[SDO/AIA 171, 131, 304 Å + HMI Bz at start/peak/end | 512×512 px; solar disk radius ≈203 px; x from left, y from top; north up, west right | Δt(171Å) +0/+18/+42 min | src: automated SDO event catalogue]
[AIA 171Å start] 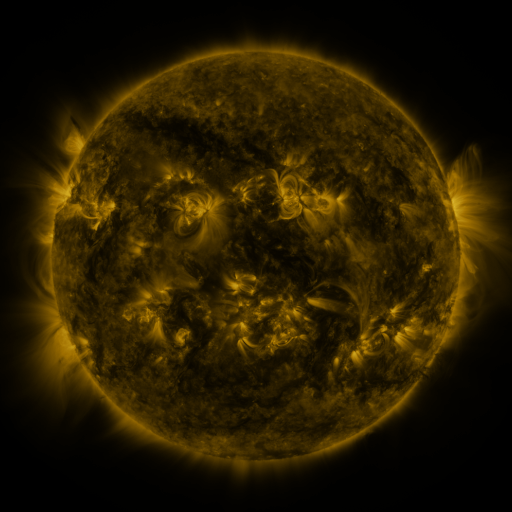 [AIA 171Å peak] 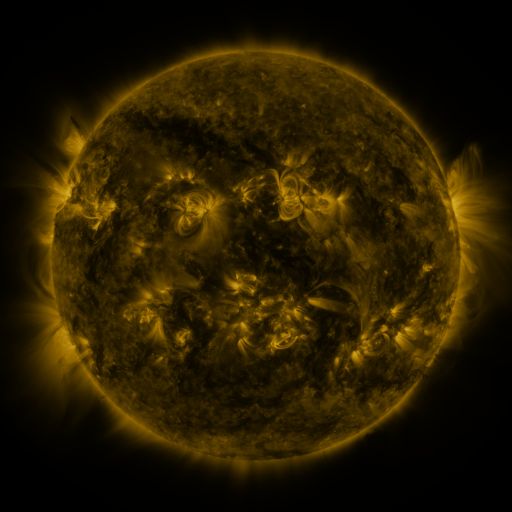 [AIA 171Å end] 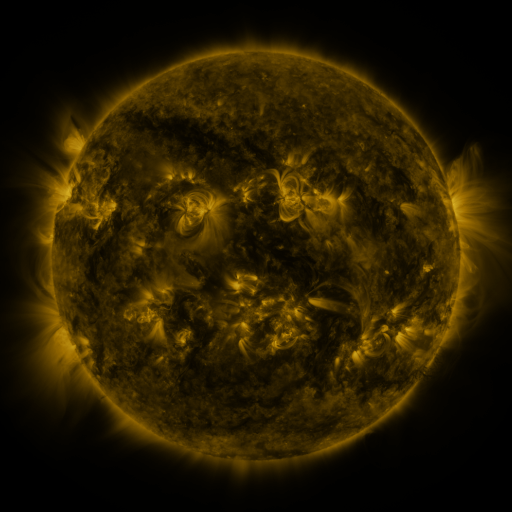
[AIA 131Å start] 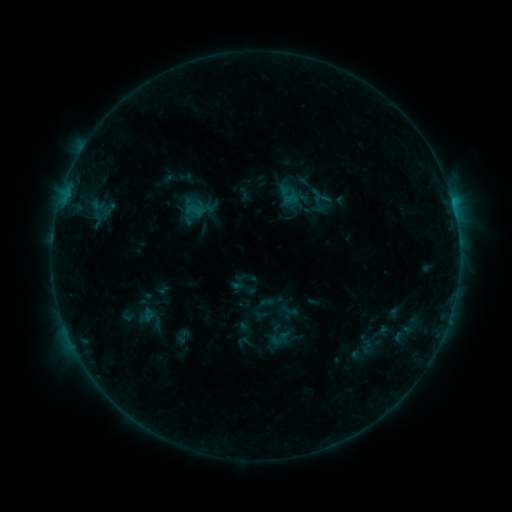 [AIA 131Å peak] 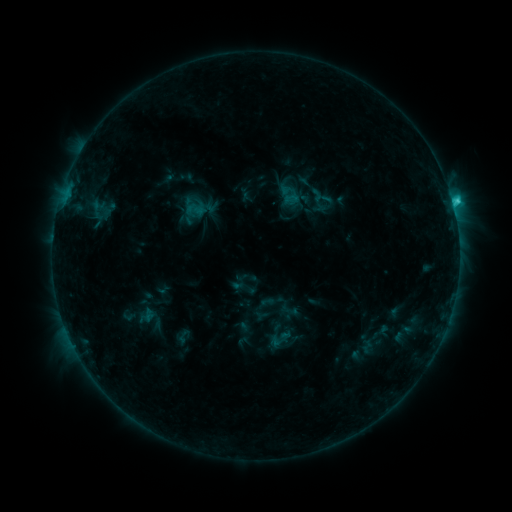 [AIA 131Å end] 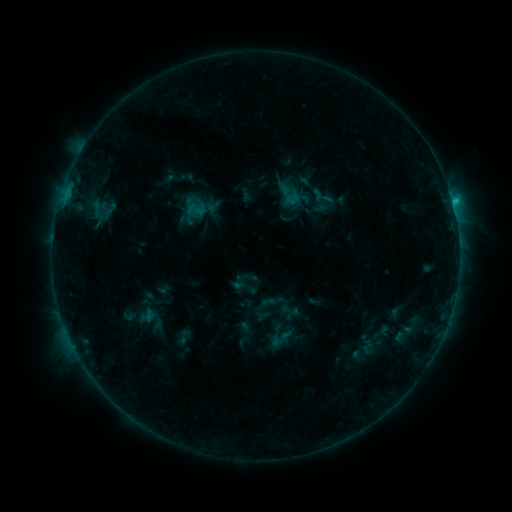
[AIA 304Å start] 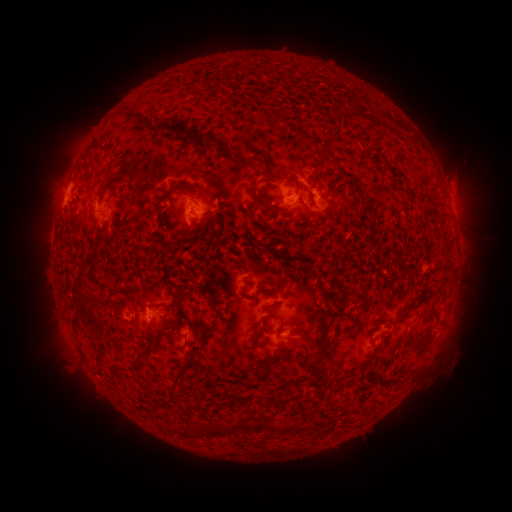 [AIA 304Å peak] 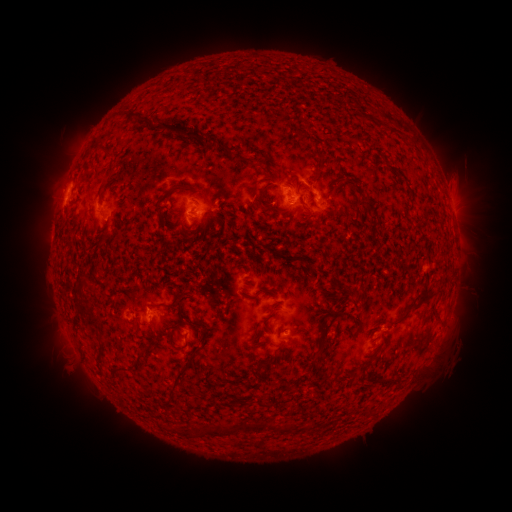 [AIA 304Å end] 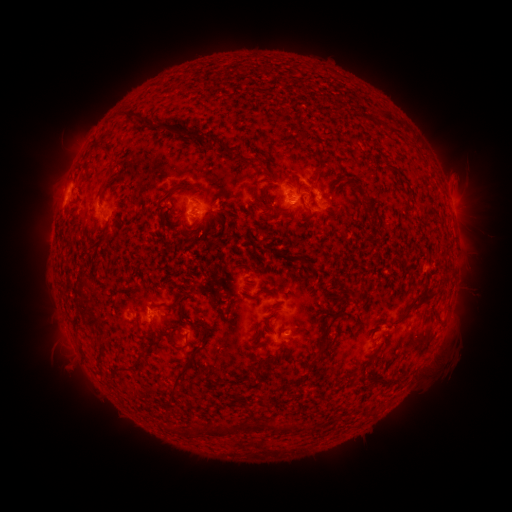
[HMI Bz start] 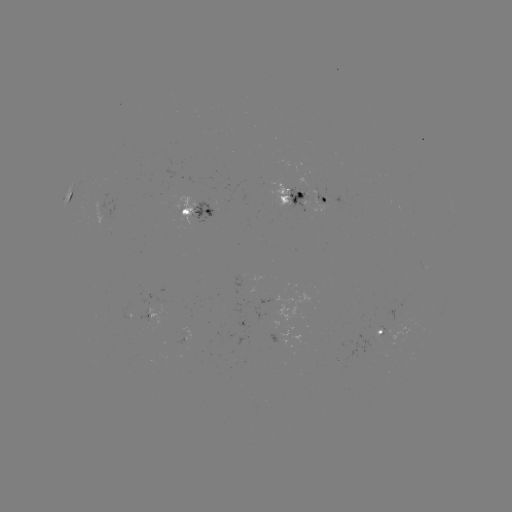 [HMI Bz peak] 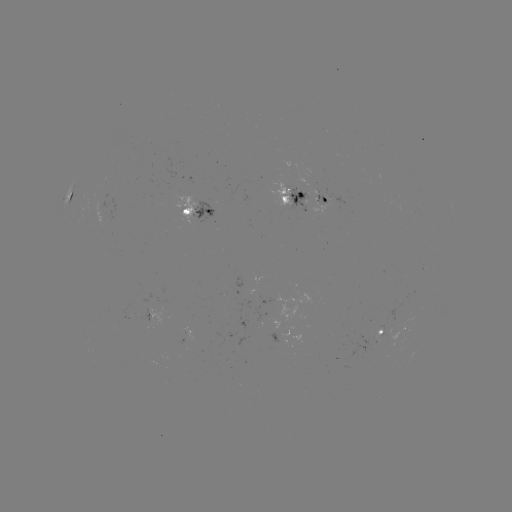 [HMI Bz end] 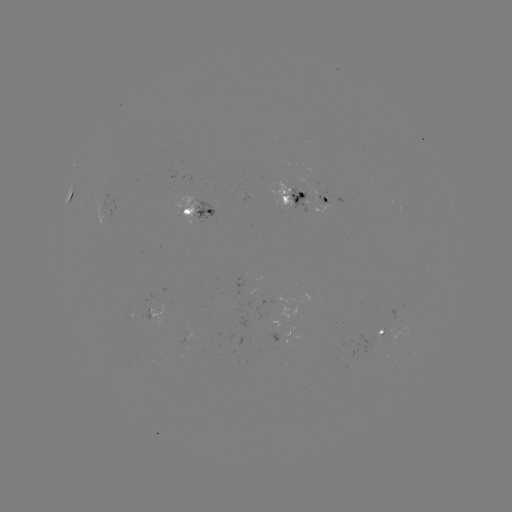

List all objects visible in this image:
C2.0 flare: (452, 203)
